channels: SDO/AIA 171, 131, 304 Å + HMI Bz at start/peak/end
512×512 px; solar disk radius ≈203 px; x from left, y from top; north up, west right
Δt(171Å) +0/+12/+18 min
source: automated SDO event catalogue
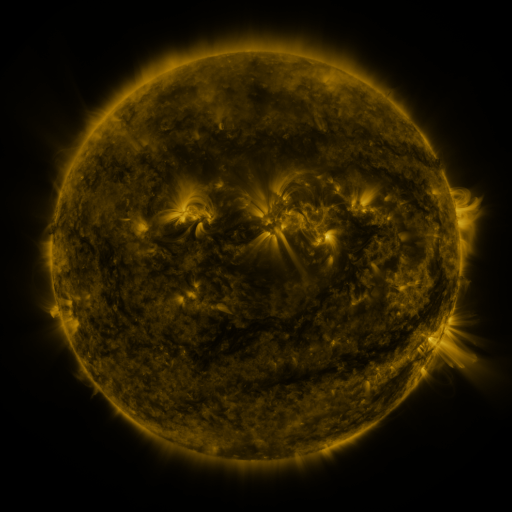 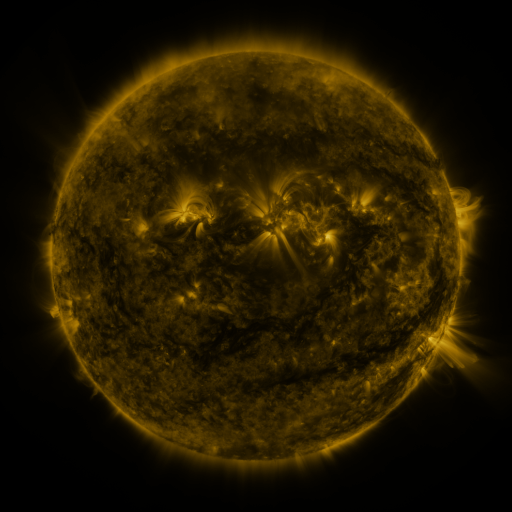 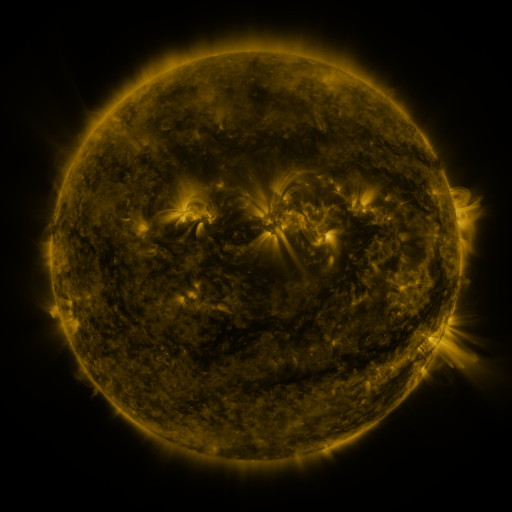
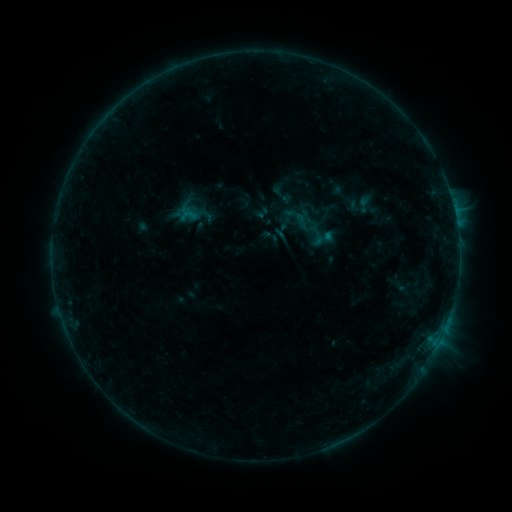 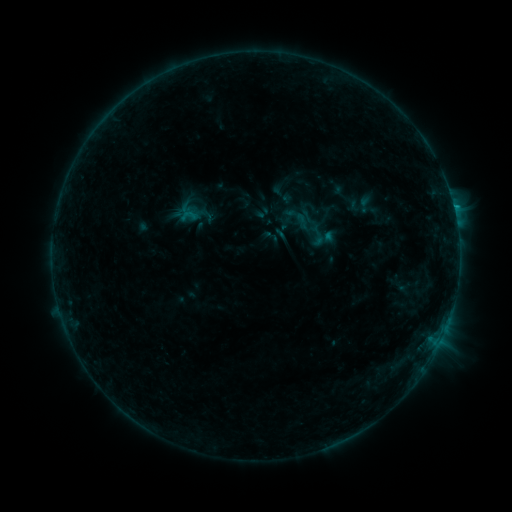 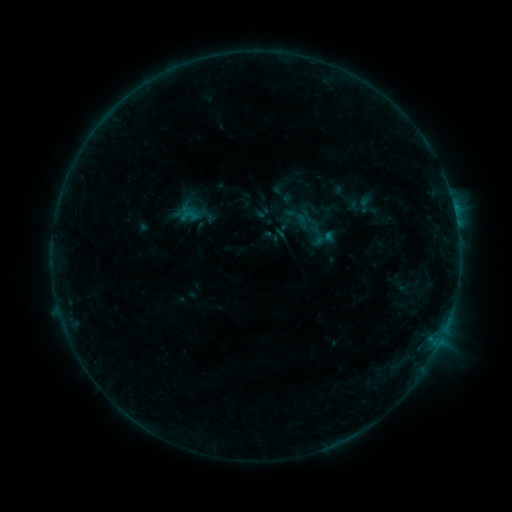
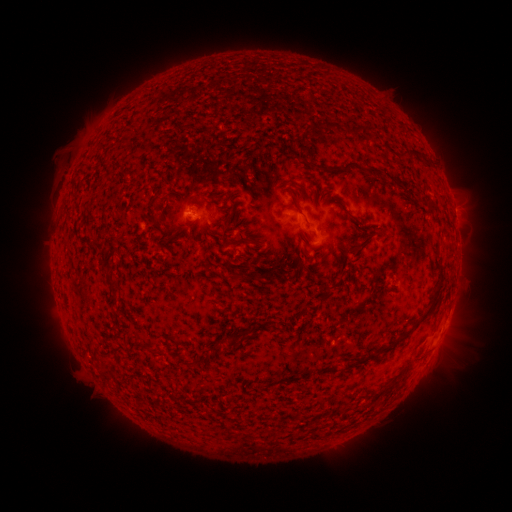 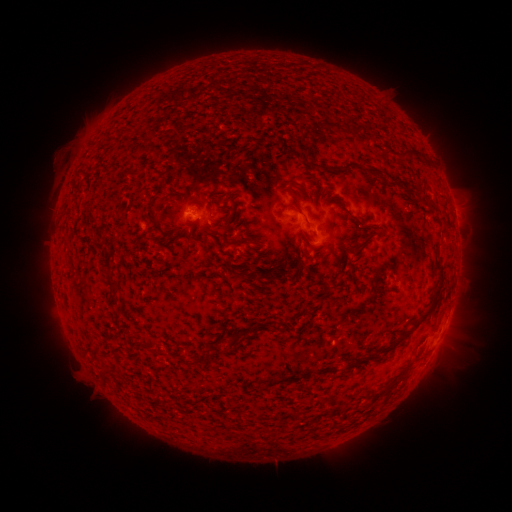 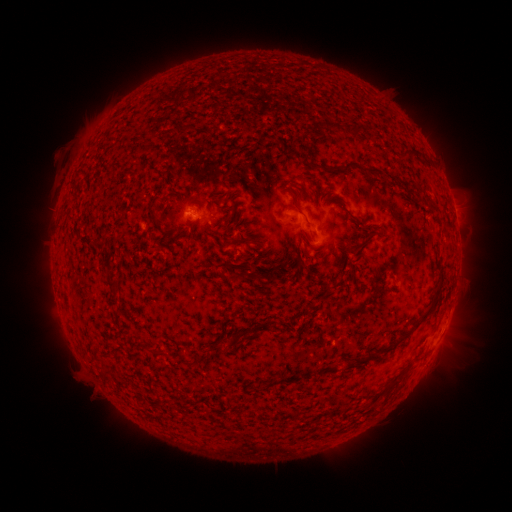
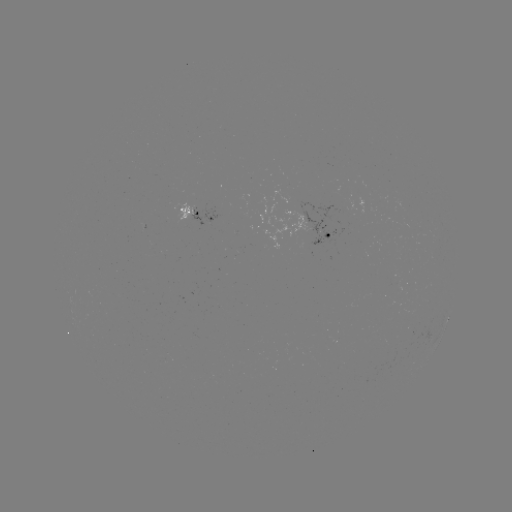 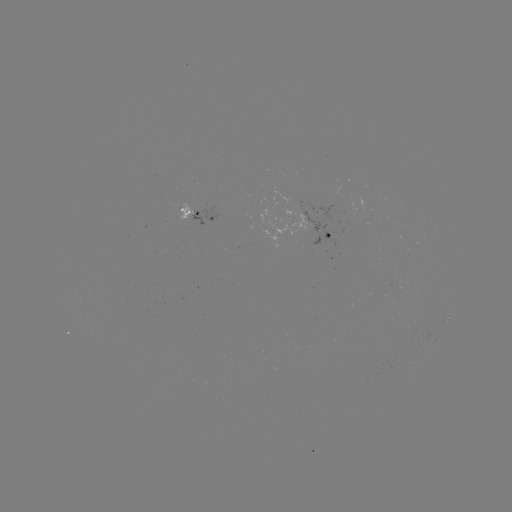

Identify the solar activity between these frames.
B5.3 flare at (266, 237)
